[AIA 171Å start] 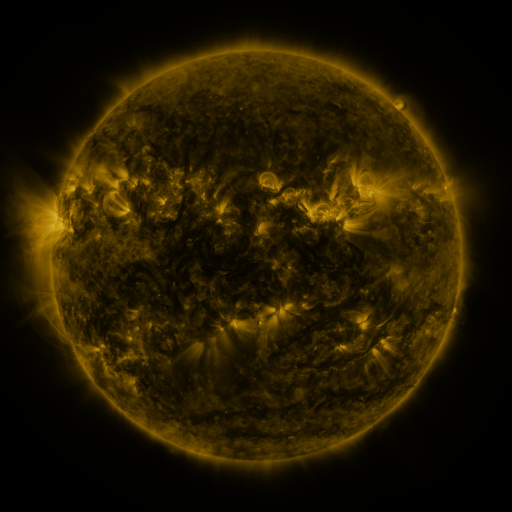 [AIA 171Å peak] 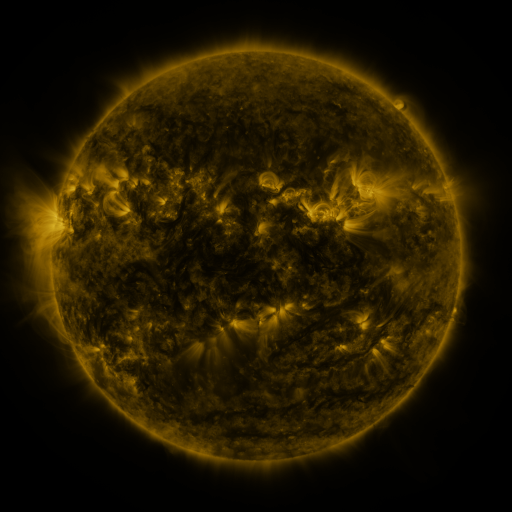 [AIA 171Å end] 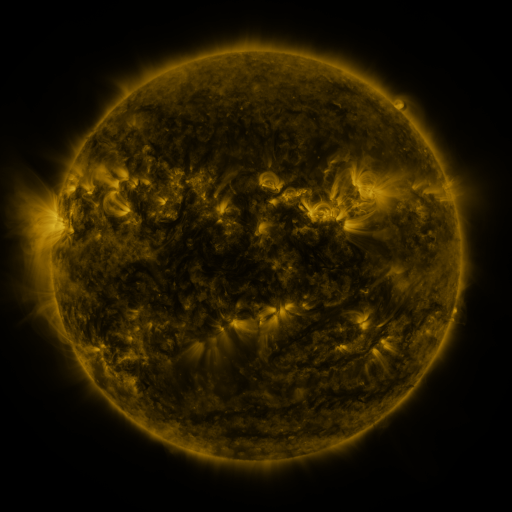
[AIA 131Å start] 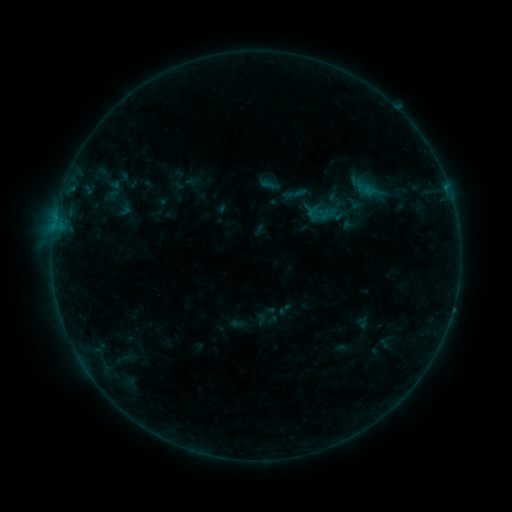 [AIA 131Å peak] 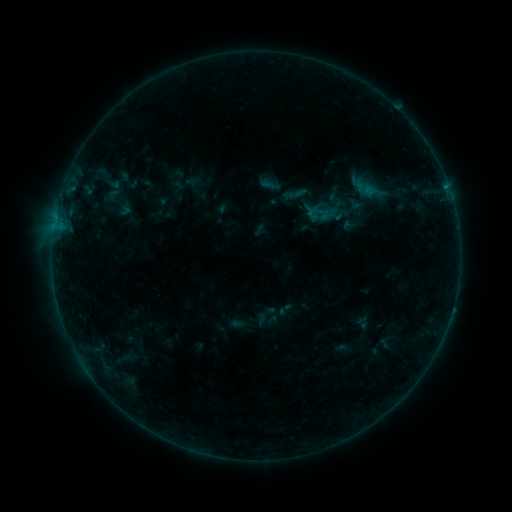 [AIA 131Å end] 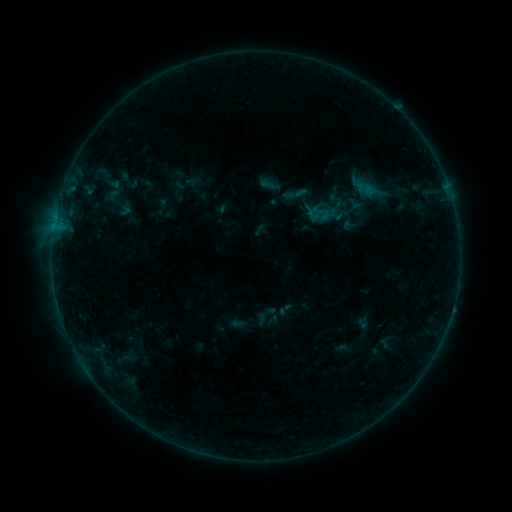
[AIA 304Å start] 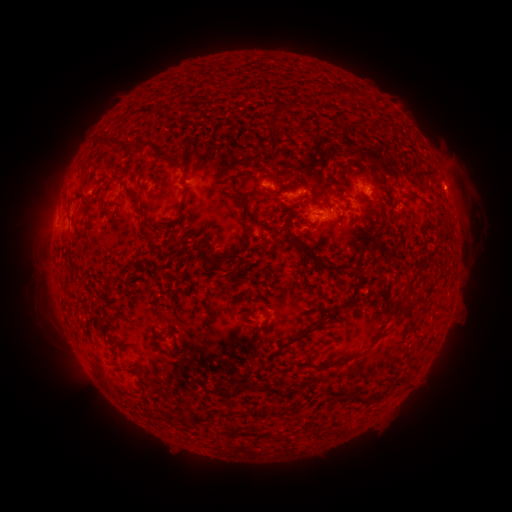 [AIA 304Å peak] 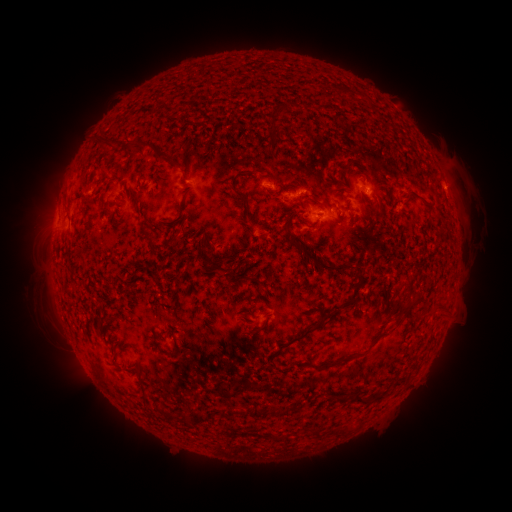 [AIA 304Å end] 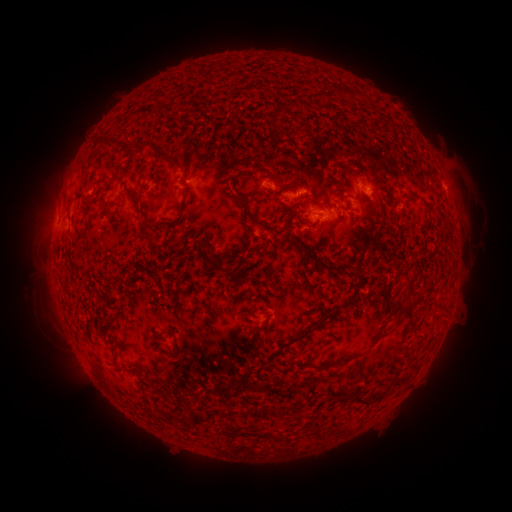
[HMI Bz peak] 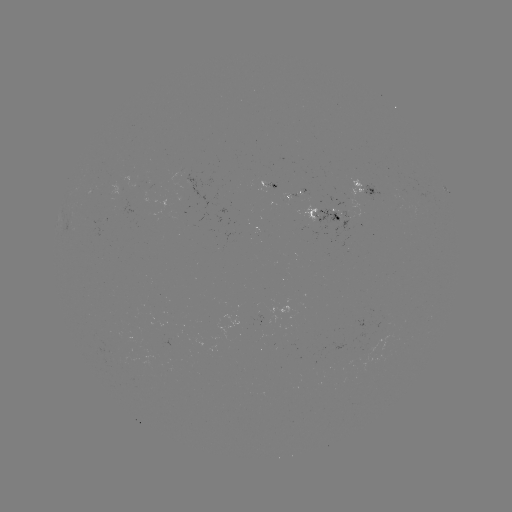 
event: flare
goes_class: B4.3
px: (445, 189)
